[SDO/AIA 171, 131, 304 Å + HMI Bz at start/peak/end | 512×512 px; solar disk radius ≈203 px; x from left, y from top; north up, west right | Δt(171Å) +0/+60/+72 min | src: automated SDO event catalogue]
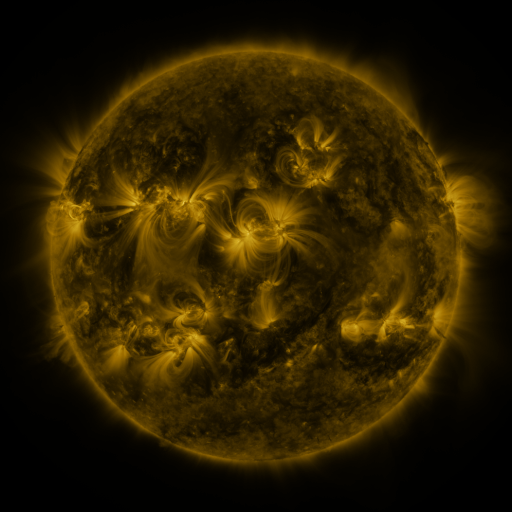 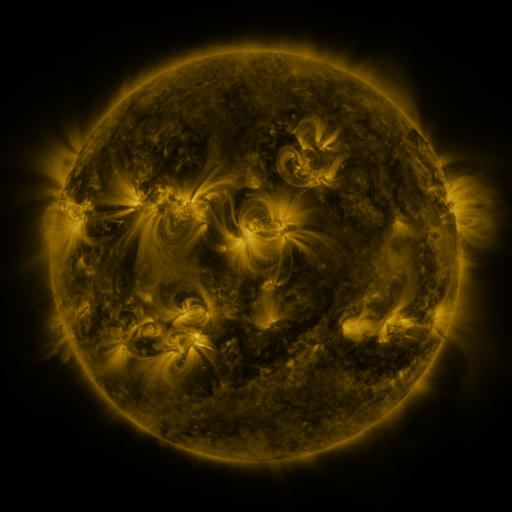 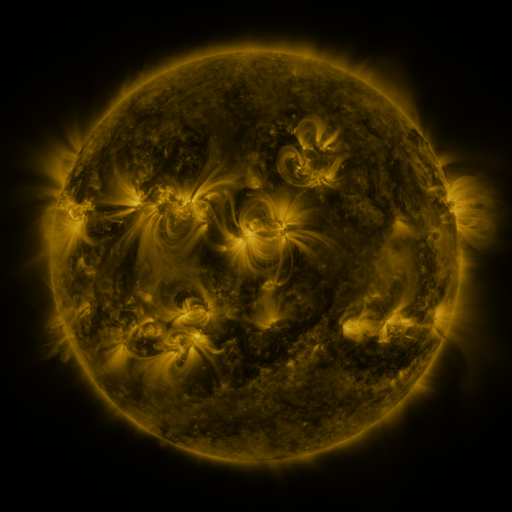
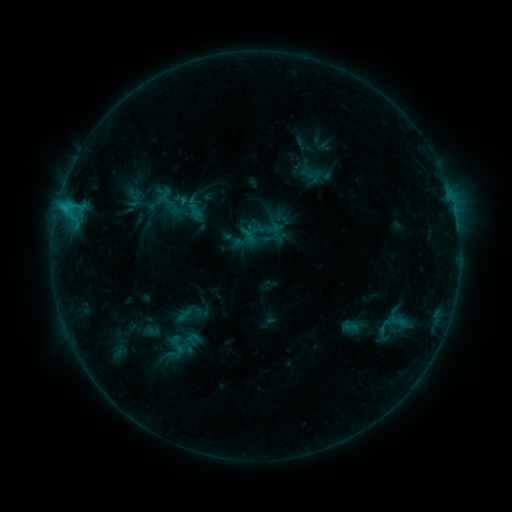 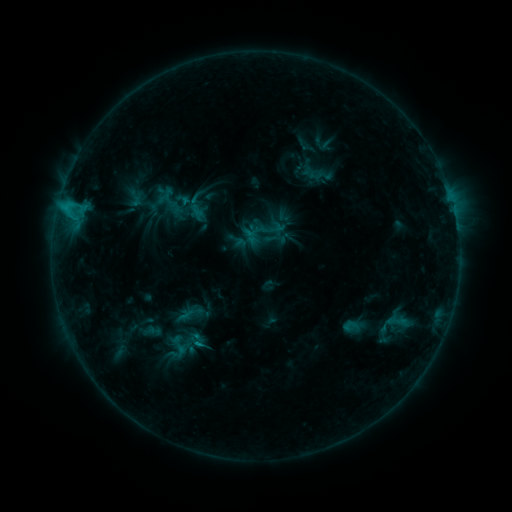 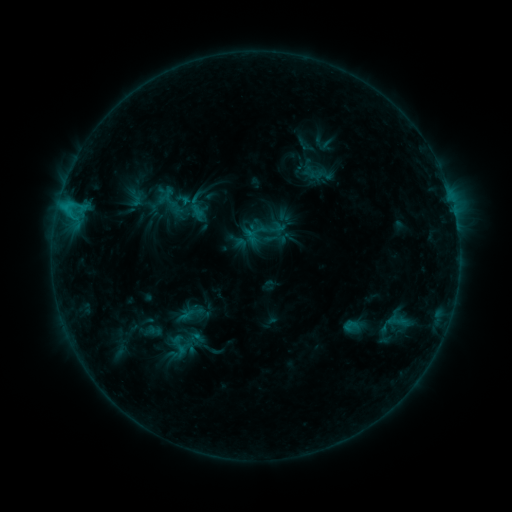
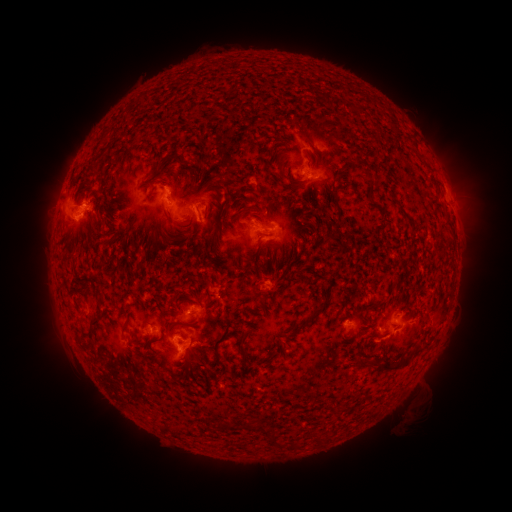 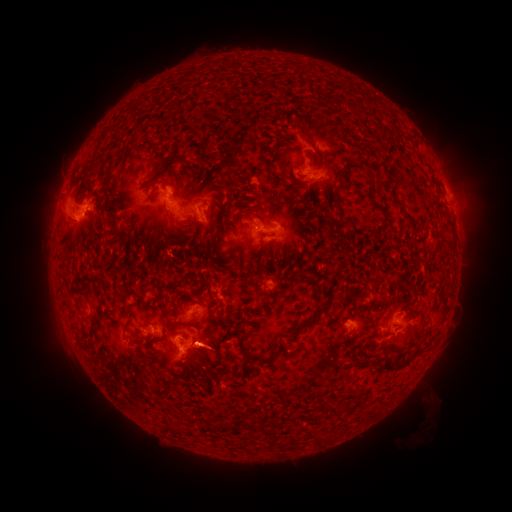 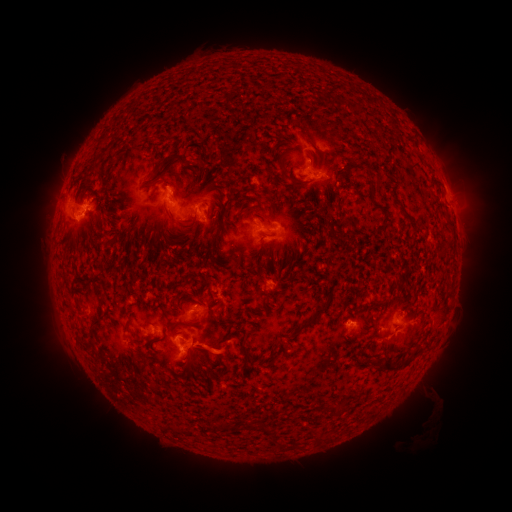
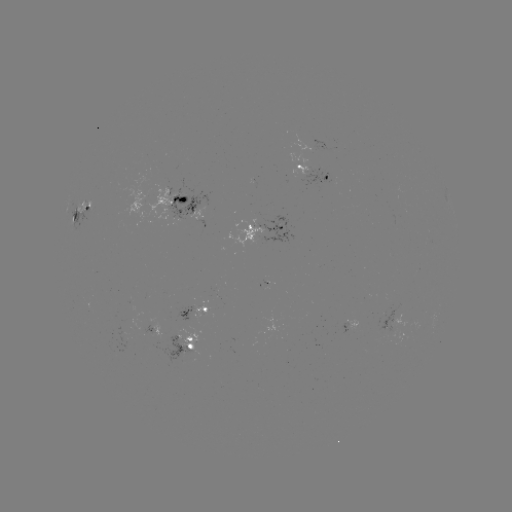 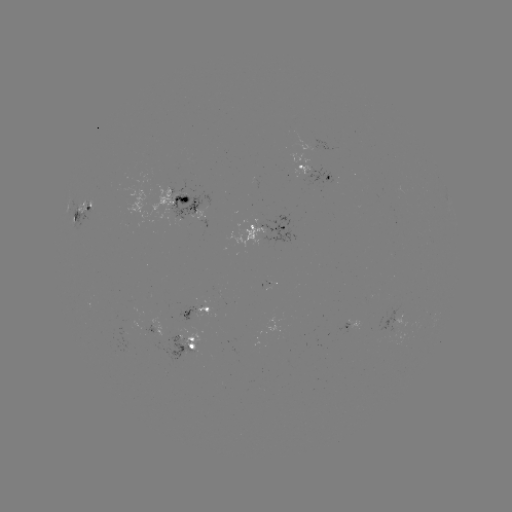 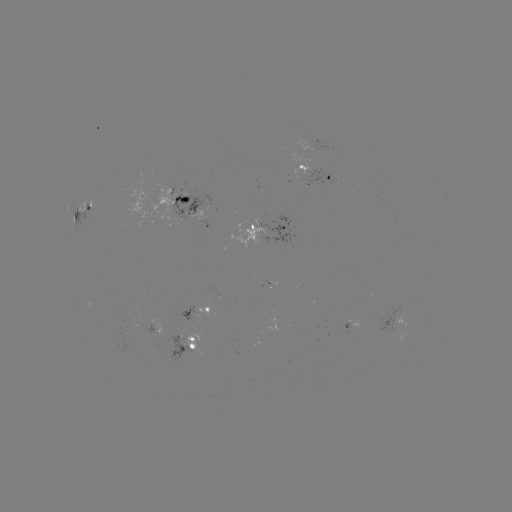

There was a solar emerging-flux region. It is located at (147, 321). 